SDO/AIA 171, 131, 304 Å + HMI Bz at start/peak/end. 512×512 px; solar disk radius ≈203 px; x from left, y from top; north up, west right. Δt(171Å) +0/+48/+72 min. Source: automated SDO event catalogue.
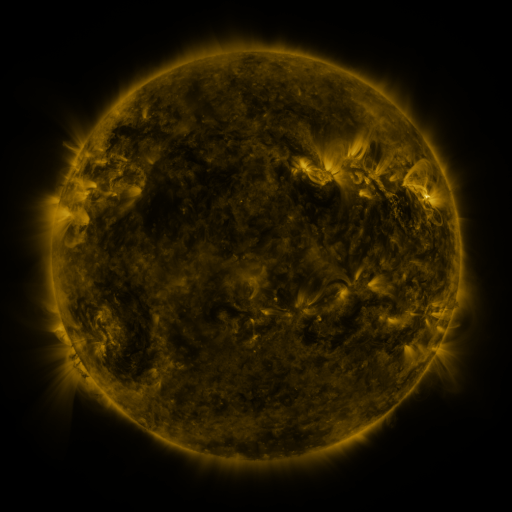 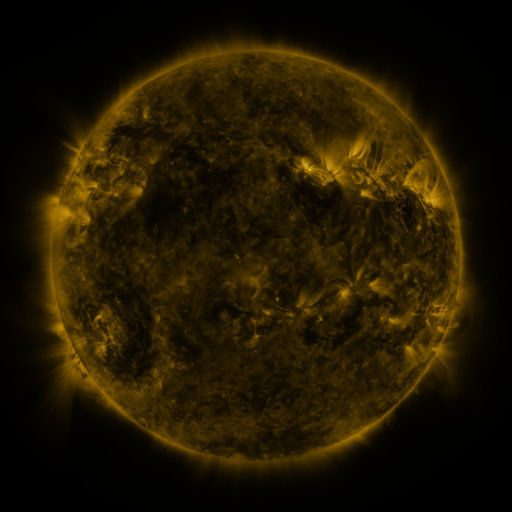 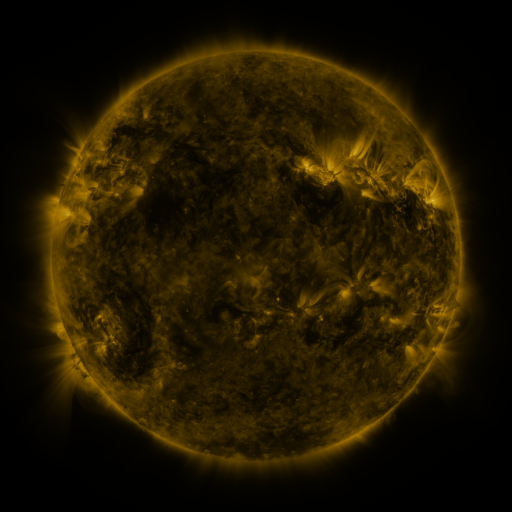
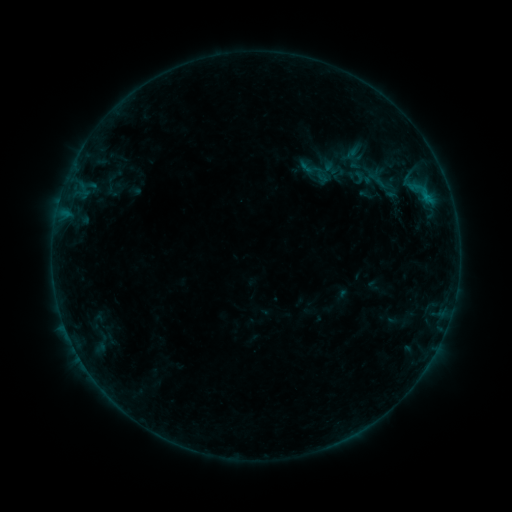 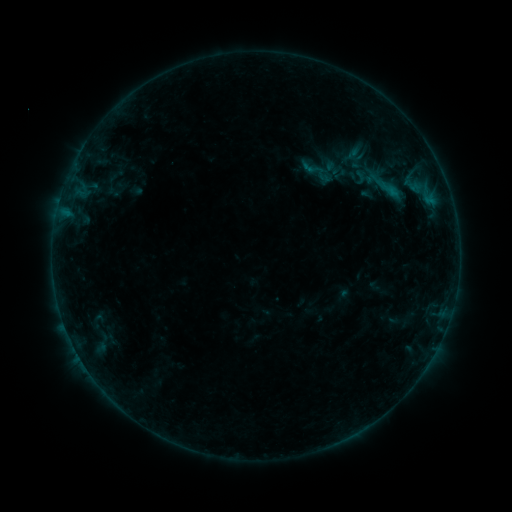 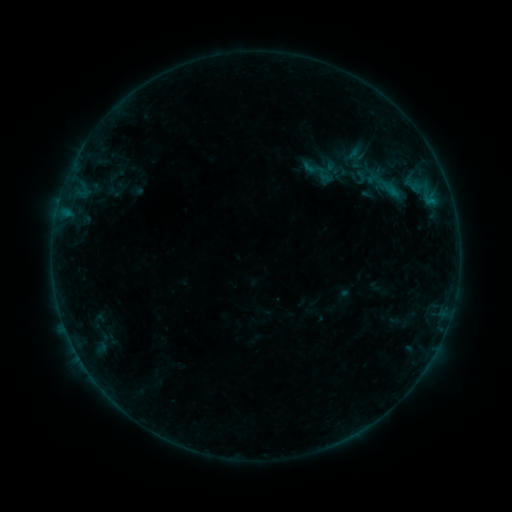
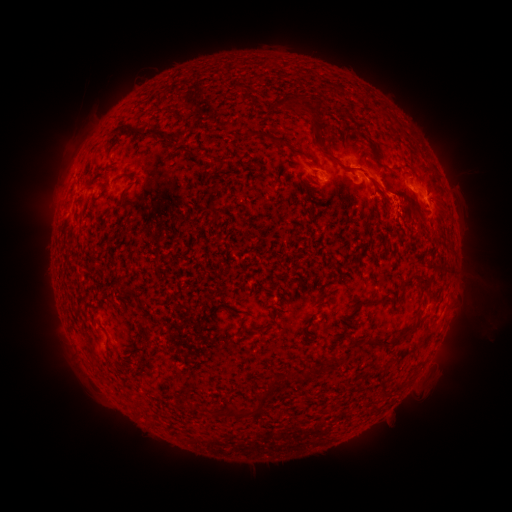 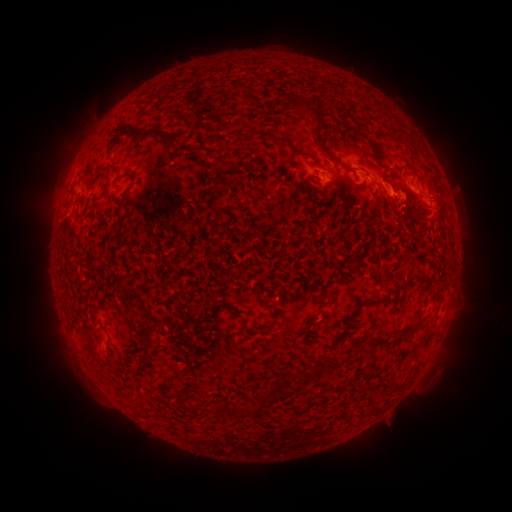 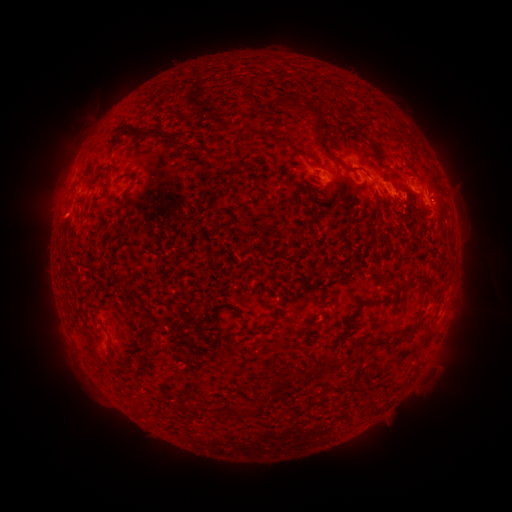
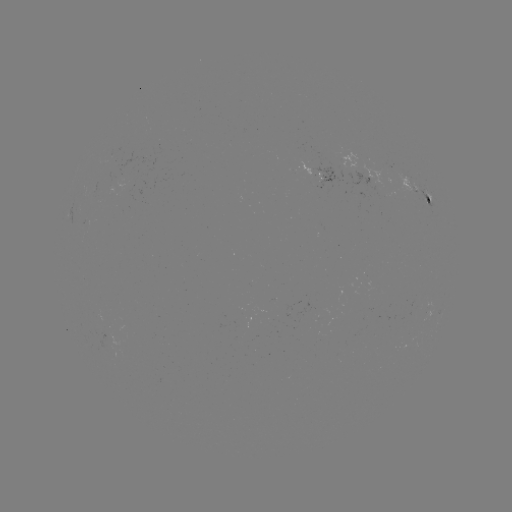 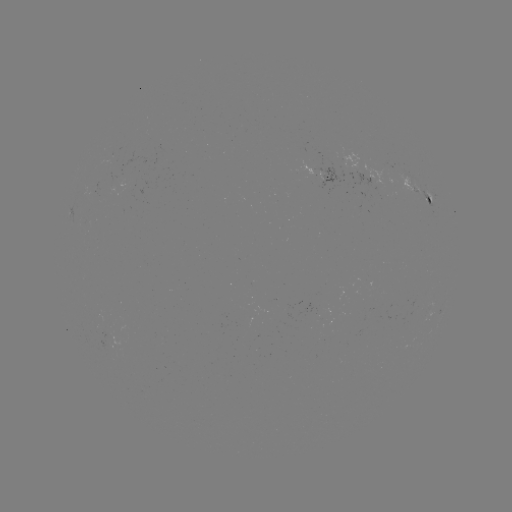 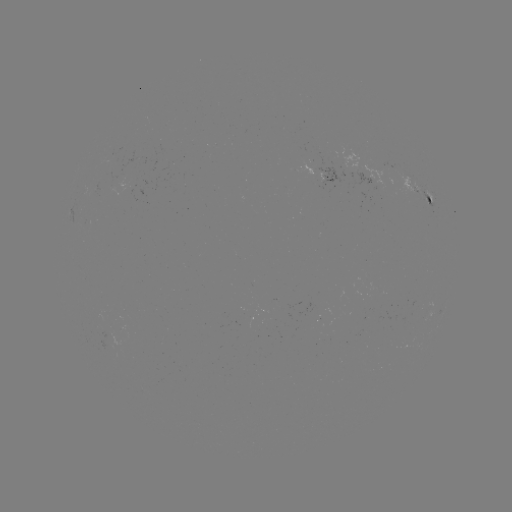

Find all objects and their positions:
B6.8 flare: (390, 191)
